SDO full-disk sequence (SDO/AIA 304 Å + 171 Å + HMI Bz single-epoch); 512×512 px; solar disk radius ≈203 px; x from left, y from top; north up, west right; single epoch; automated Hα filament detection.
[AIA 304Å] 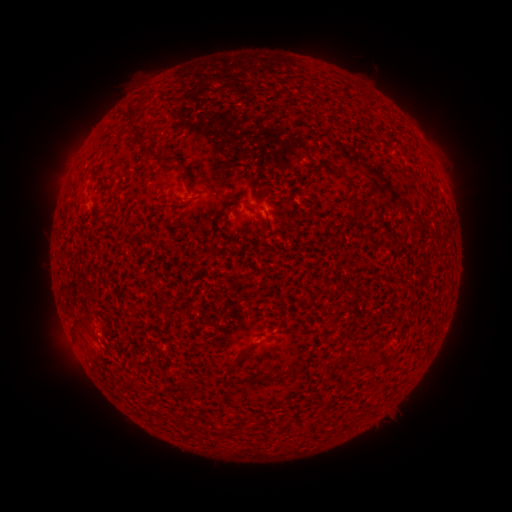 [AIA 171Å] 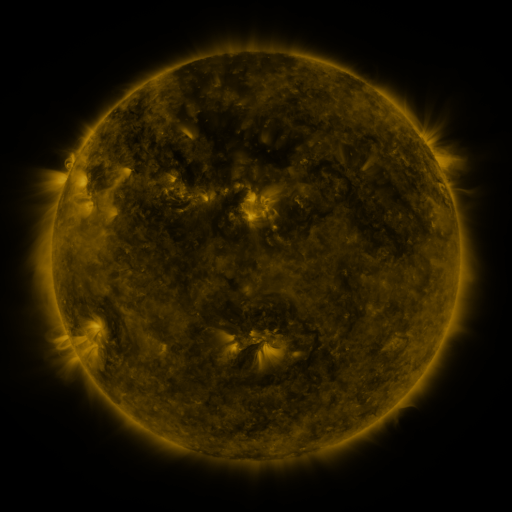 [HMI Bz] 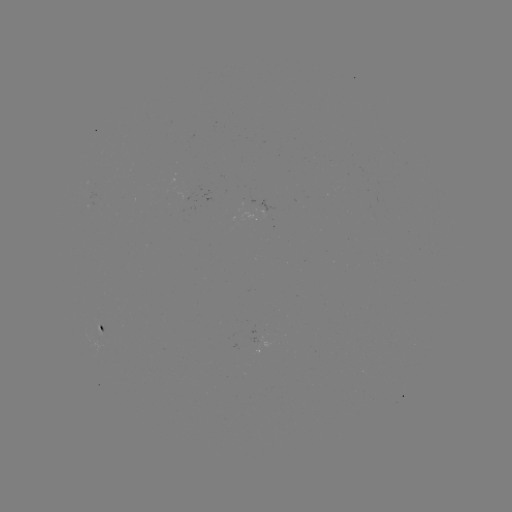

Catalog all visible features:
filament: [304, 87, 314, 99]
filament: [129, 104, 158, 158]
filament: [166, 153, 177, 166]
filament: [349, 182, 359, 192]
filament: [247, 203, 264, 212]
filament: [350, 207, 366, 223]
filament: [228, 350, 246, 366]
filament: [285, 364, 301, 378]
filament: [214, 426, 225, 434]
